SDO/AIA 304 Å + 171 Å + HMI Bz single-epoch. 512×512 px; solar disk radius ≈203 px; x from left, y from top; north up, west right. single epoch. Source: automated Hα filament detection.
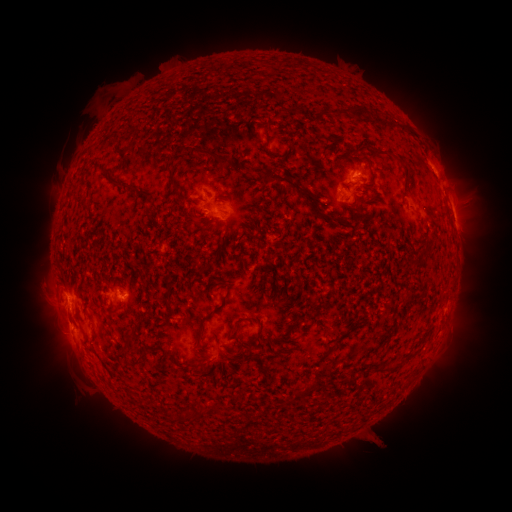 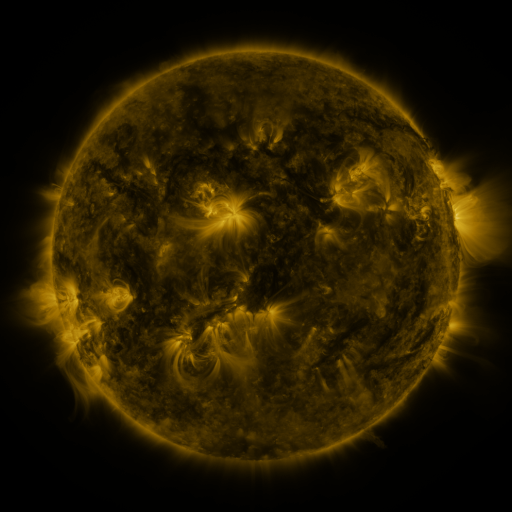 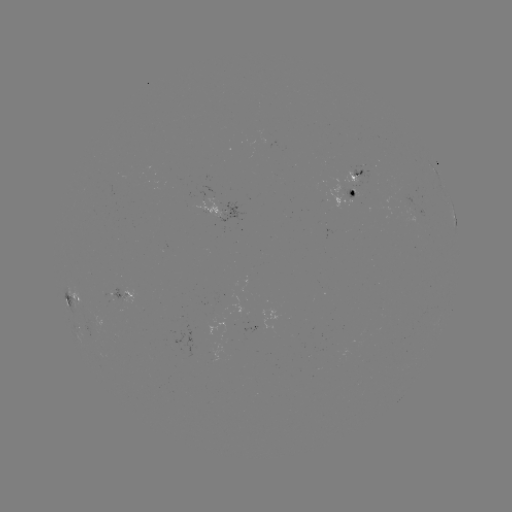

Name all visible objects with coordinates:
filament: <bbox>351, 105, 364, 119</bbox>
filament: <bbox>336, 107, 354, 119</bbox>
filament: <bbox>388, 121, 397, 129</bbox>
filament: <bbox>193, 145, 231, 169</bbox>
filament: <bbox>393, 156, 407, 167</bbox>
filament: <bbox>167, 166, 182, 189</bbox>
filament: <bbox>265, 167, 298, 191</bbox>
filament: <bbox>117, 180, 140, 192</bbox>
filament: <bbox>313, 210, 336, 222</bbox>
filament: <bbox>213, 289, 230, 310</bbox>
filament: <bbox>163, 300, 174, 313</bbox>
filament: <bbox>193, 320, 204, 345</bbox>
filament: <bbox>253, 328, 261, 342</bbox>
filament: <bbox>127, 352, 145, 366</bbox>
filament: <bbox>195, 359, 208, 368</bbox>
